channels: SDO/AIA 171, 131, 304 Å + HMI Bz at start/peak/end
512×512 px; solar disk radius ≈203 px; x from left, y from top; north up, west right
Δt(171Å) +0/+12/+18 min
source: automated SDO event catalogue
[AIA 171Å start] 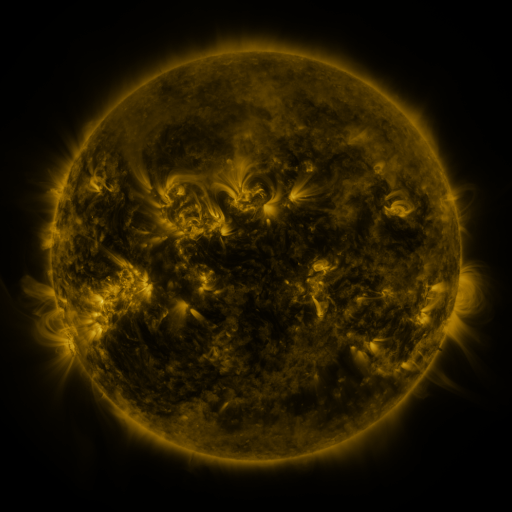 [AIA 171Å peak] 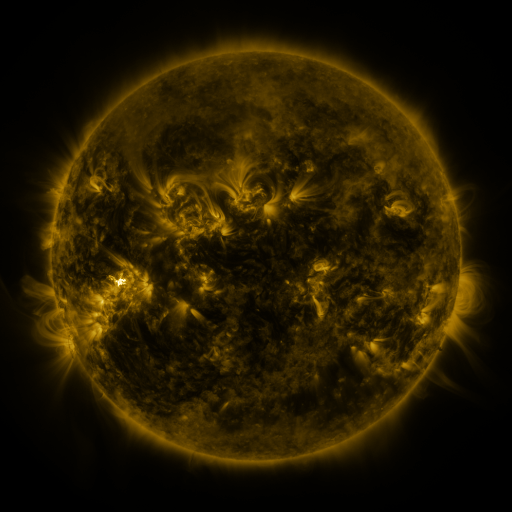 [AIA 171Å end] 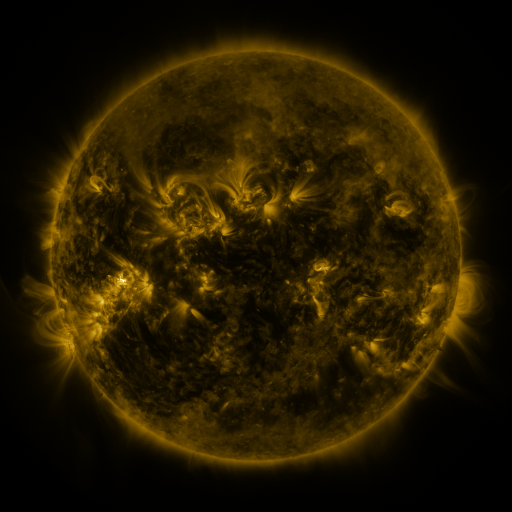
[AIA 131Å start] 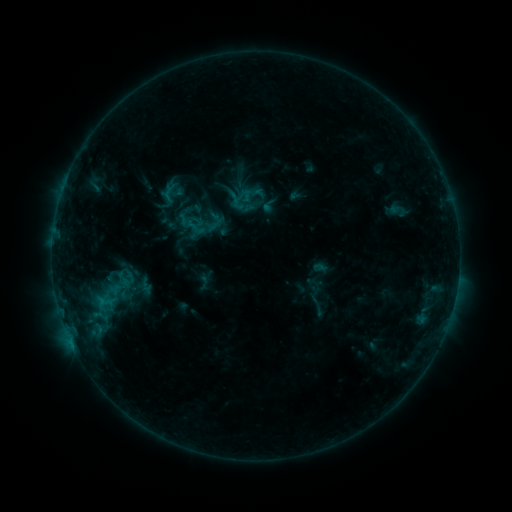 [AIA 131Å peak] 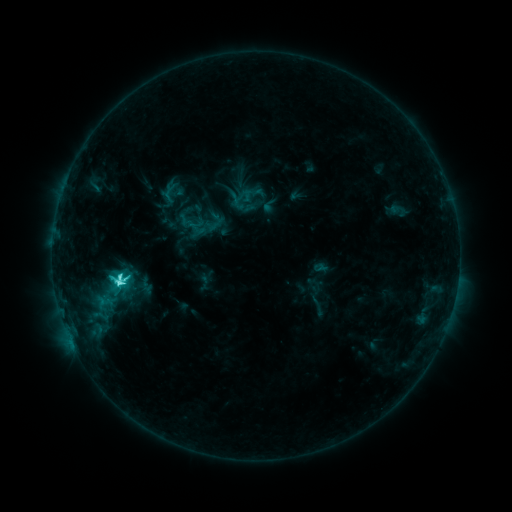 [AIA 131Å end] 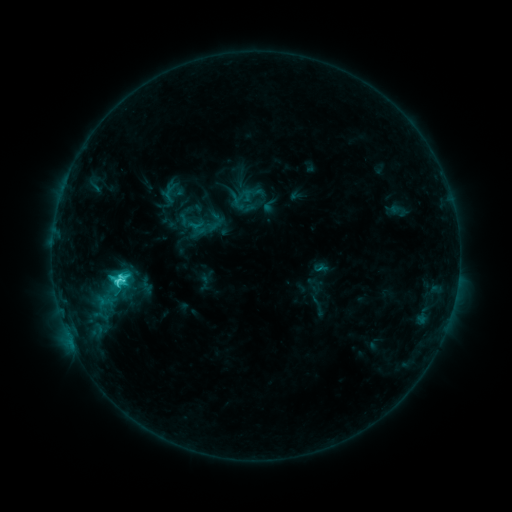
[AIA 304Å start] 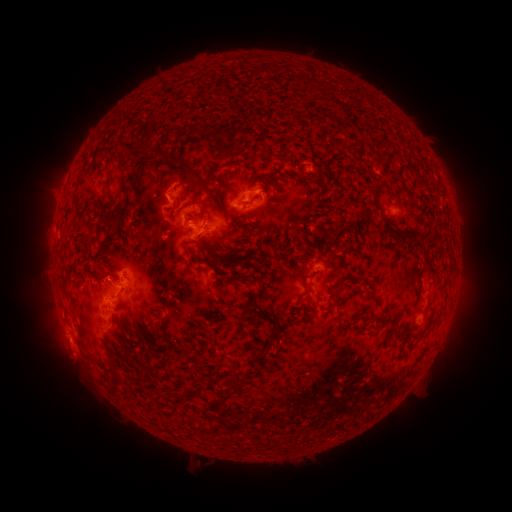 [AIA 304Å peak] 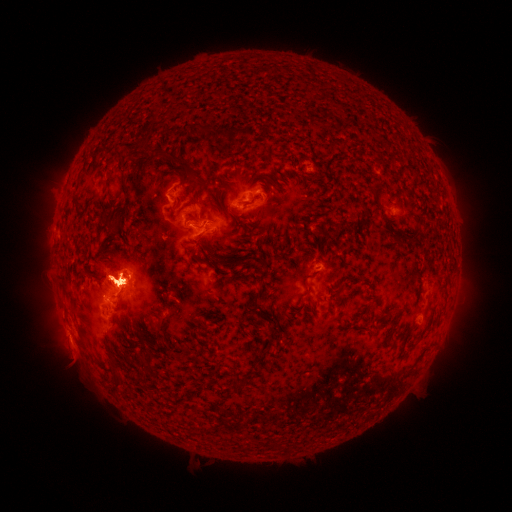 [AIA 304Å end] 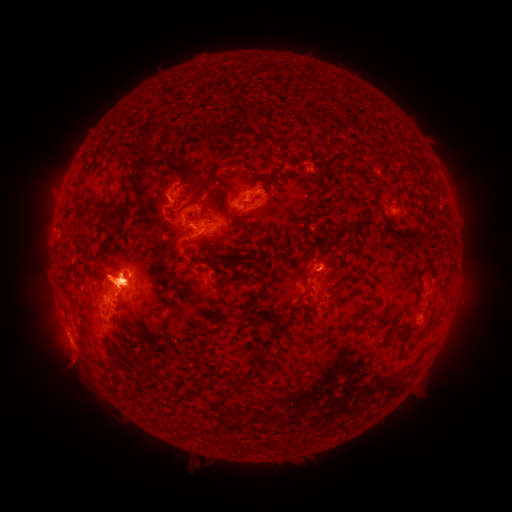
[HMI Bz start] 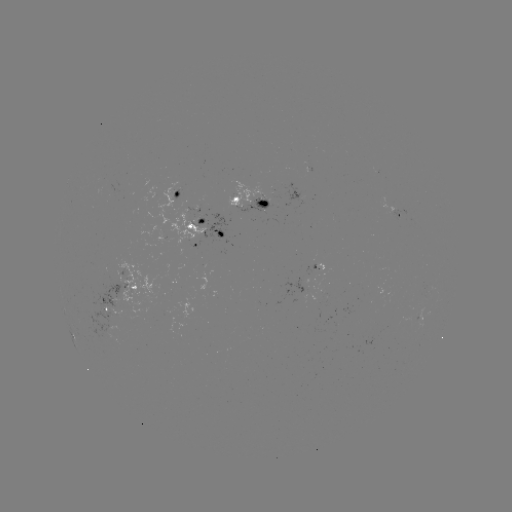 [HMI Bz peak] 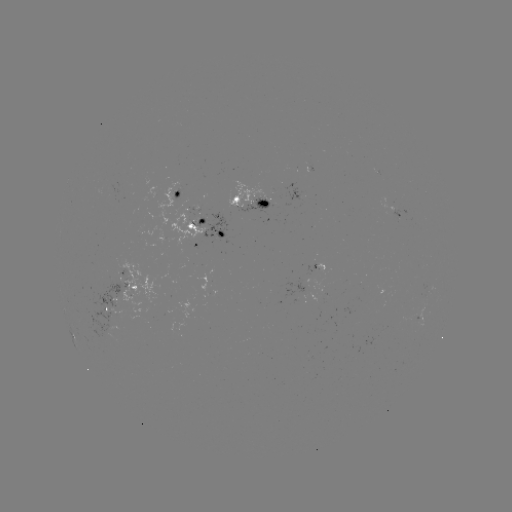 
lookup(C6.4 flare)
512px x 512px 121,279